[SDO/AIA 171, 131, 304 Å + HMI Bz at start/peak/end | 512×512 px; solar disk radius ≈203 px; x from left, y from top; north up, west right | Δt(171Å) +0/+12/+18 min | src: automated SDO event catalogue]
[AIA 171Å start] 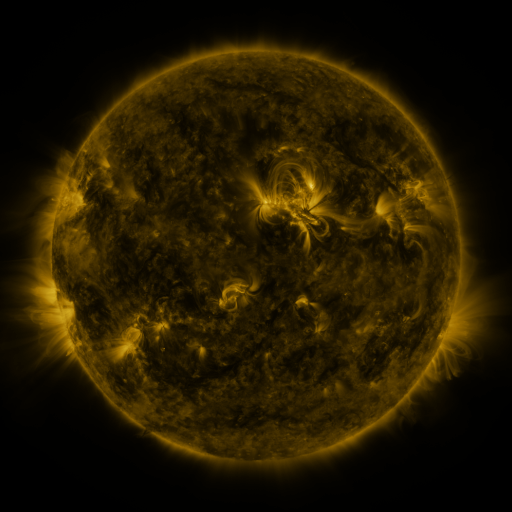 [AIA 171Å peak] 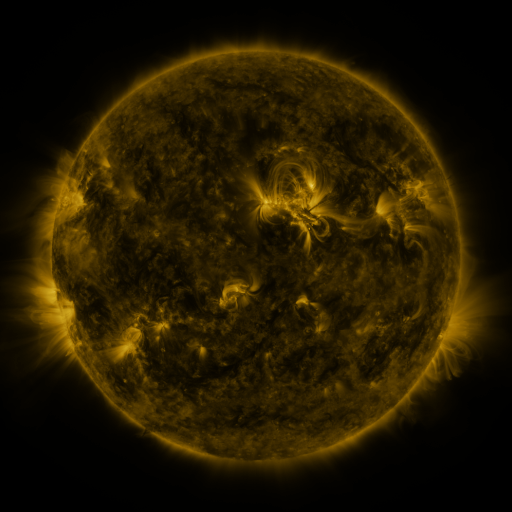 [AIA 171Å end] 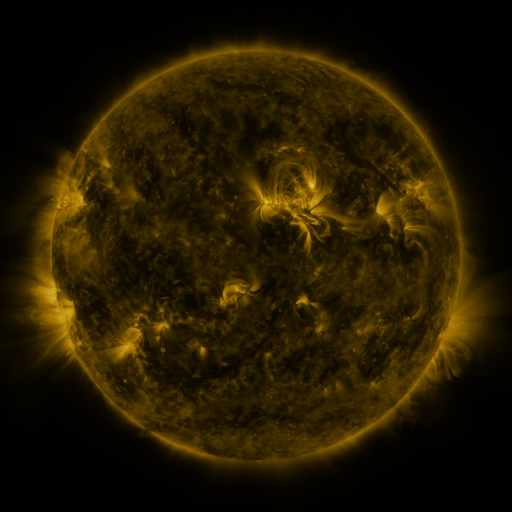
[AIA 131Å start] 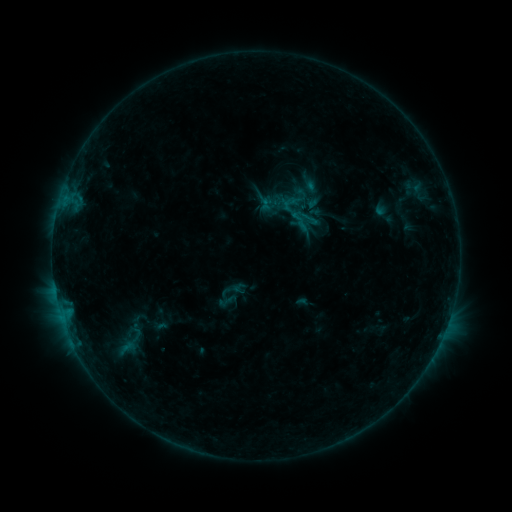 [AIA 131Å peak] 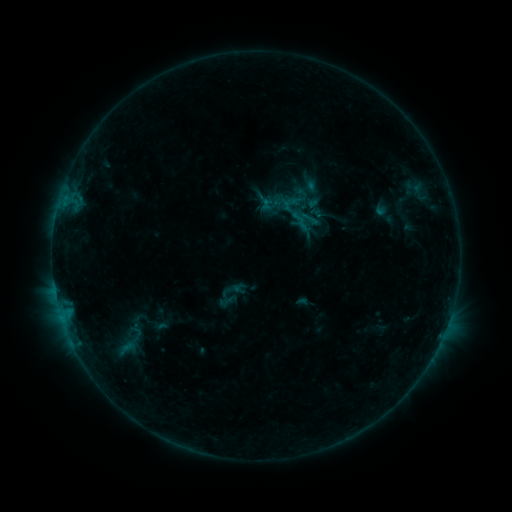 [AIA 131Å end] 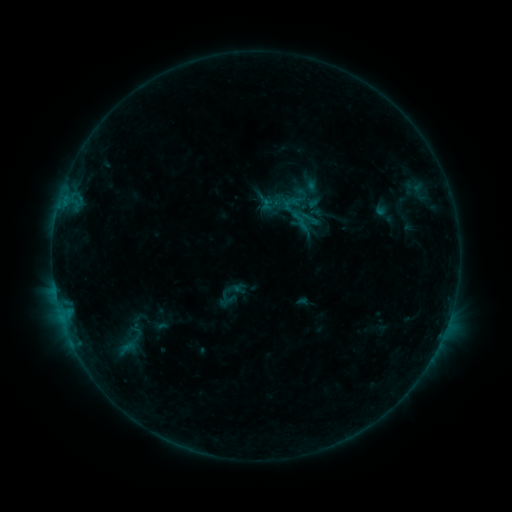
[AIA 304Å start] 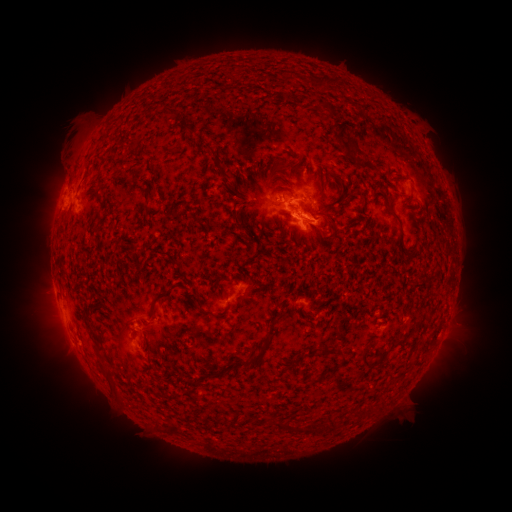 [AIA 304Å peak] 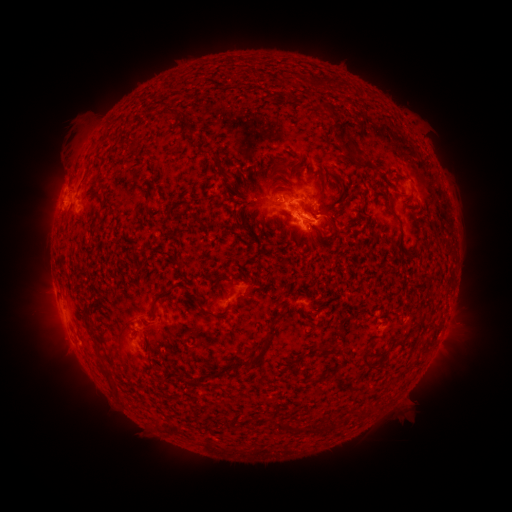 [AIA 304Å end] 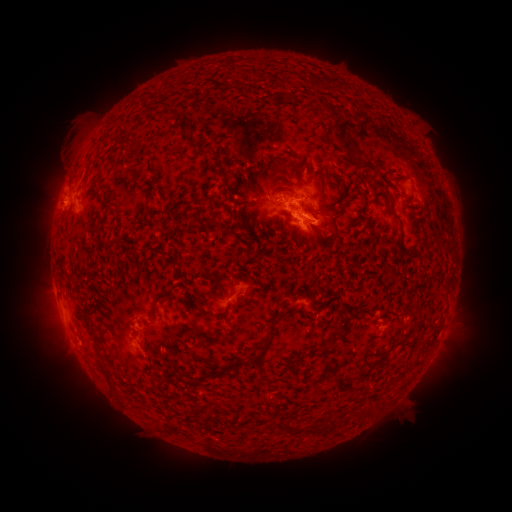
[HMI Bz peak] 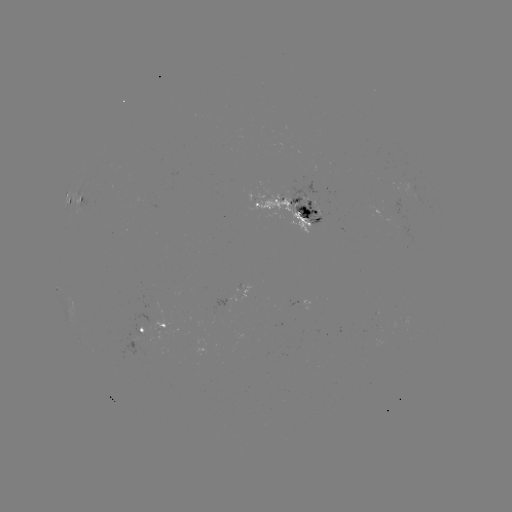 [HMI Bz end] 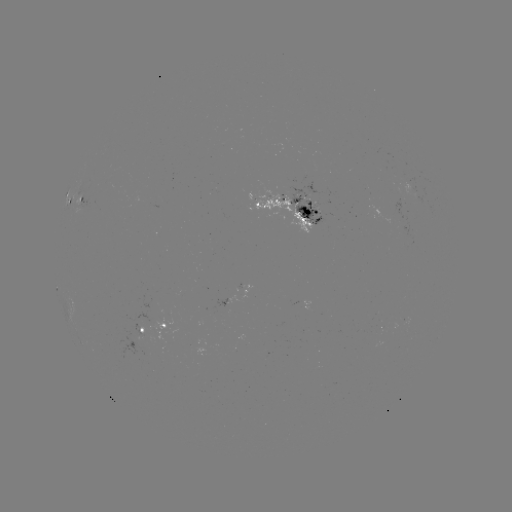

no catalogued flare and no flagged EUV brightening in this window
